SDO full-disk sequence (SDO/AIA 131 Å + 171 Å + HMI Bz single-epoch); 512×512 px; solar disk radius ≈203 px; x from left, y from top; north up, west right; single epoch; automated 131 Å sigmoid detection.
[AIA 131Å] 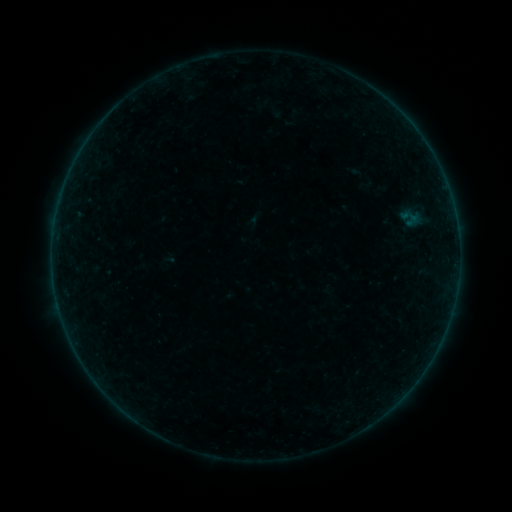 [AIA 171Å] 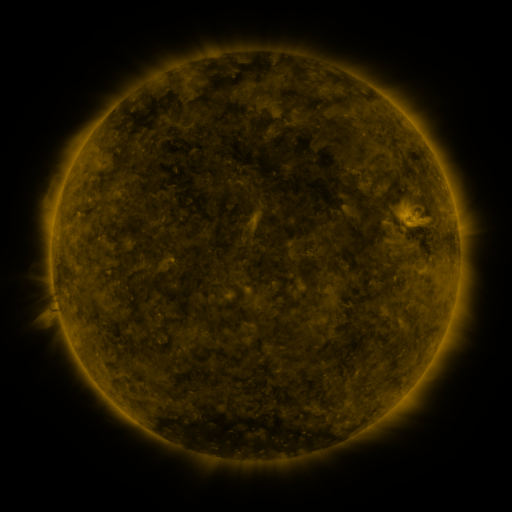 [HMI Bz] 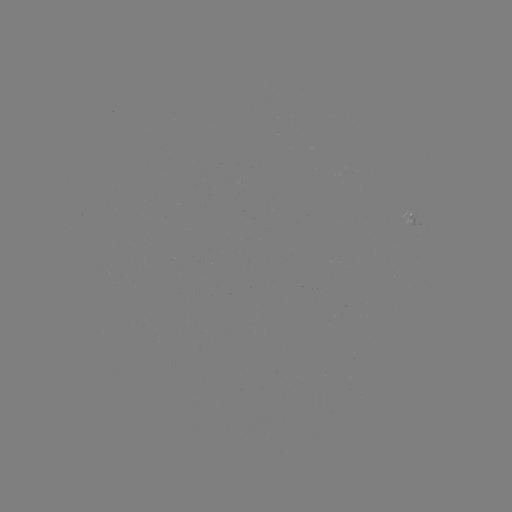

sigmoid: [402, 208, 424, 233]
